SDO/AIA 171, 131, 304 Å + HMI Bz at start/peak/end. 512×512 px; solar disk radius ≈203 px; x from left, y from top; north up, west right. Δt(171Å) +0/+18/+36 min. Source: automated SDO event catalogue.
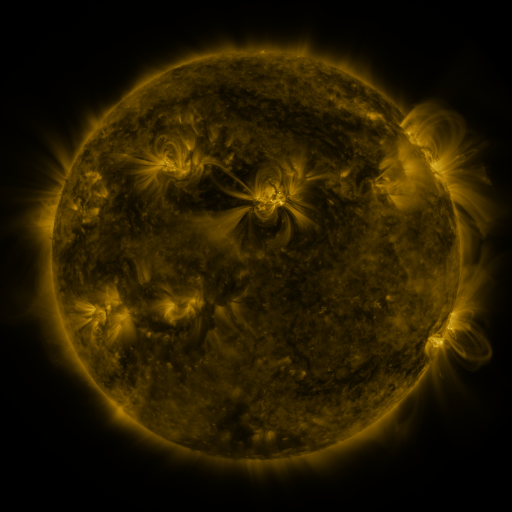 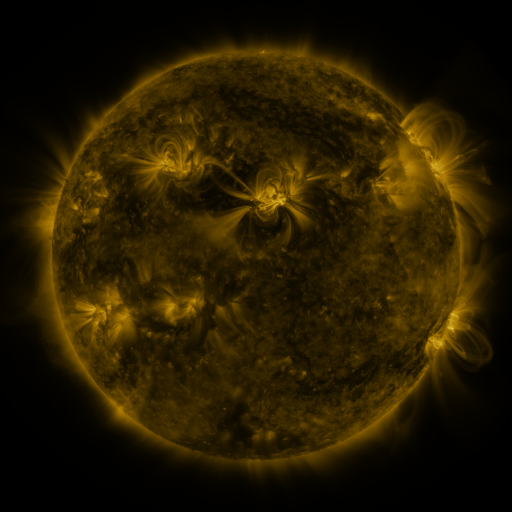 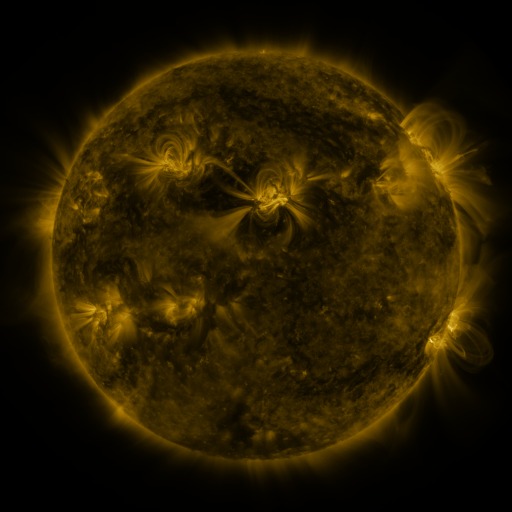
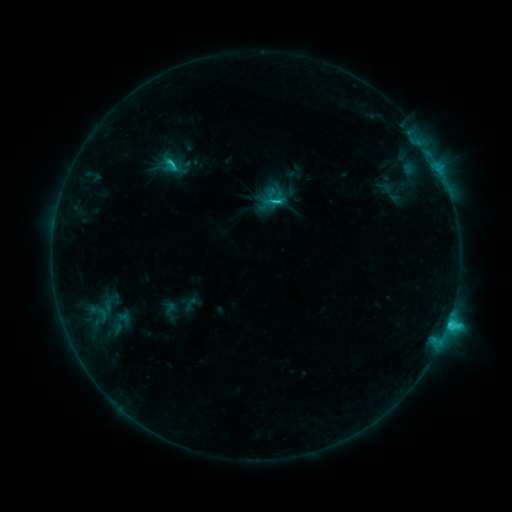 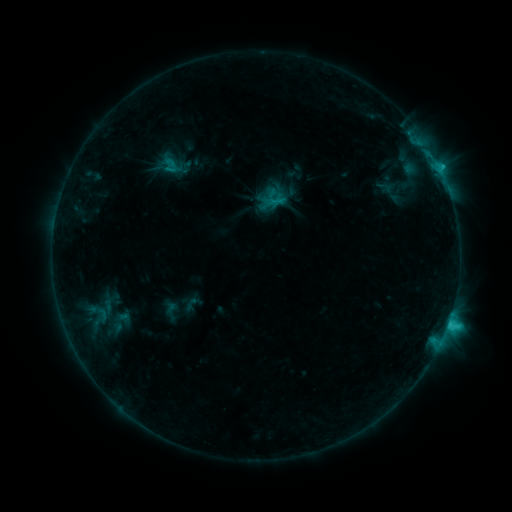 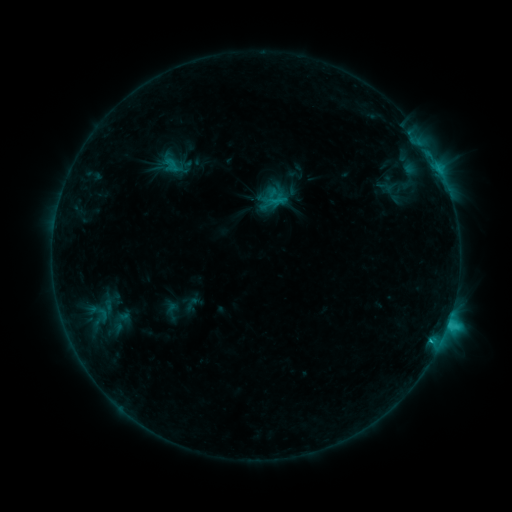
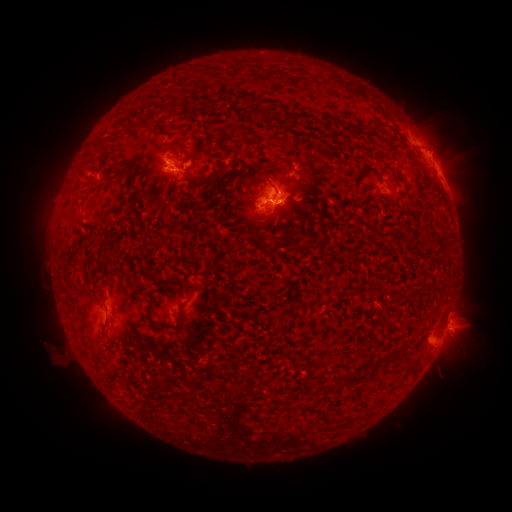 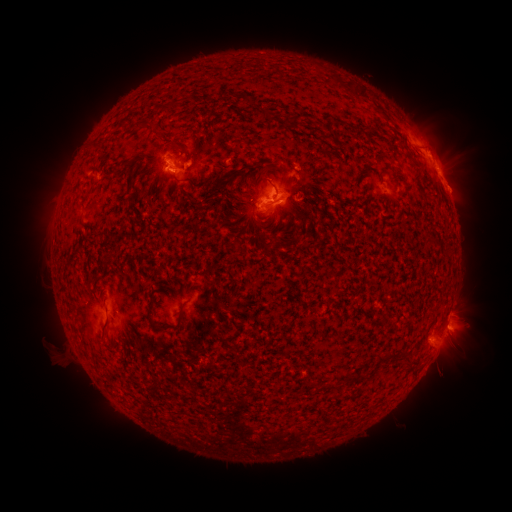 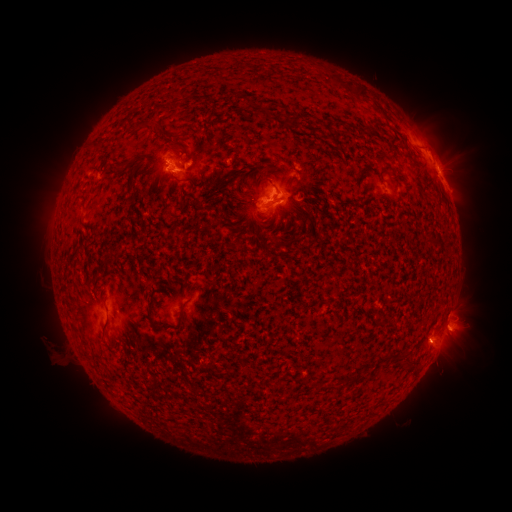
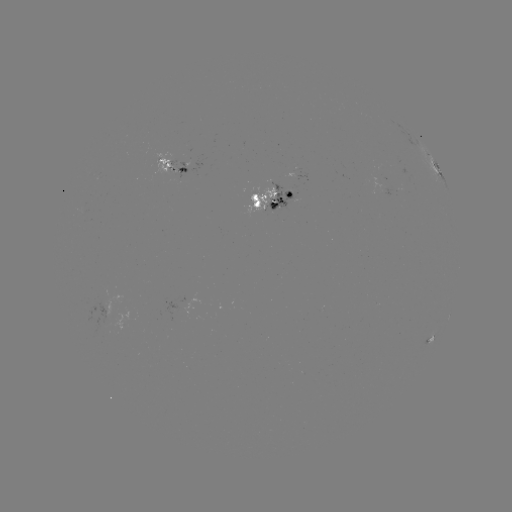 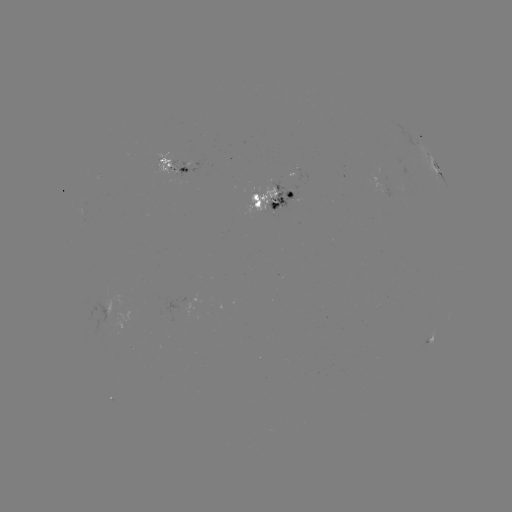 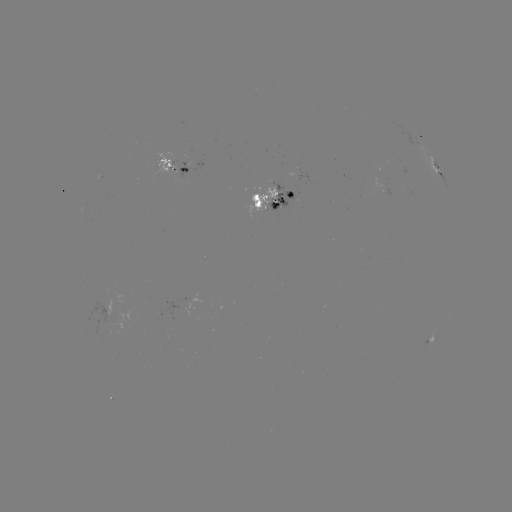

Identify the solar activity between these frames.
emerging-flux region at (105, 312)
